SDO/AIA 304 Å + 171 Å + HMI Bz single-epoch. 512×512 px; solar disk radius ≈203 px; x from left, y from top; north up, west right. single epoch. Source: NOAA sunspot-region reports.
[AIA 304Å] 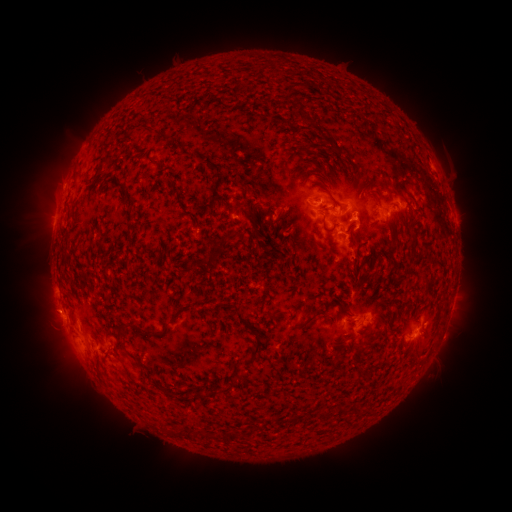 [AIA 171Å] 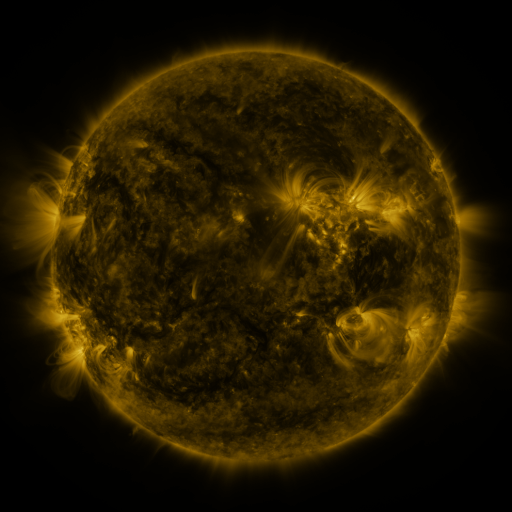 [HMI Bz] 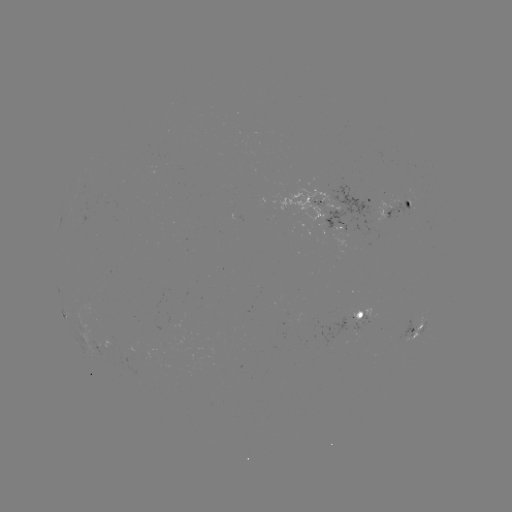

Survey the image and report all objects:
spotted active region: (370, 197)
spotted active region: (333, 204)
spotted active region: (400, 207)
spotted active region: (338, 228)
spotted active region: (361, 319)
spotted active region: (416, 332)
